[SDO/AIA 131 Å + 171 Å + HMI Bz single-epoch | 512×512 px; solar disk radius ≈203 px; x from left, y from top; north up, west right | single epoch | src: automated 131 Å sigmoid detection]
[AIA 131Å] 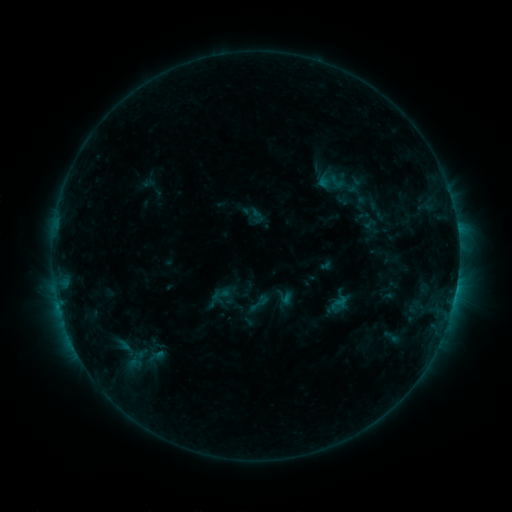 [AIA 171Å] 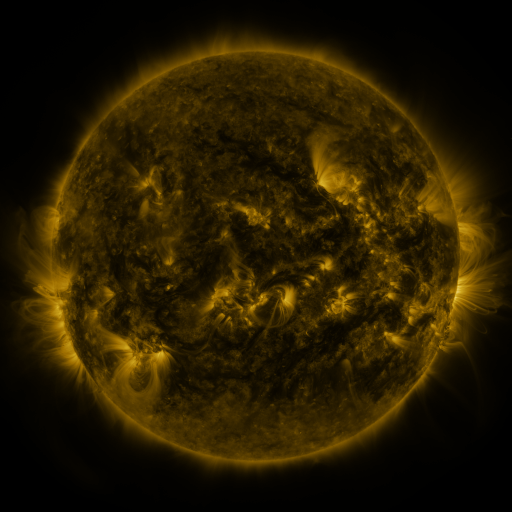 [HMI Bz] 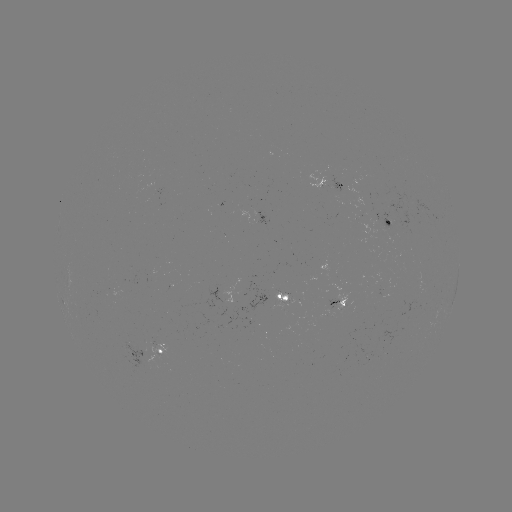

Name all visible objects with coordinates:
sigmoid: (337, 182)
sigmoid: (257, 216)
sigmoid: (258, 303)
